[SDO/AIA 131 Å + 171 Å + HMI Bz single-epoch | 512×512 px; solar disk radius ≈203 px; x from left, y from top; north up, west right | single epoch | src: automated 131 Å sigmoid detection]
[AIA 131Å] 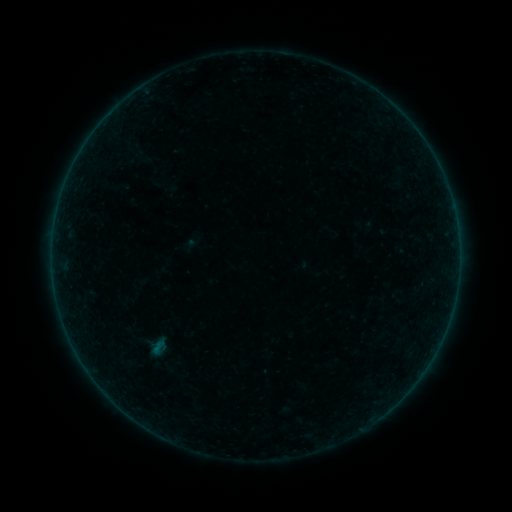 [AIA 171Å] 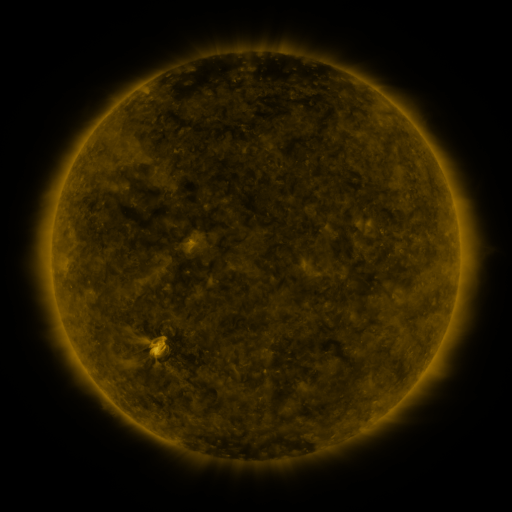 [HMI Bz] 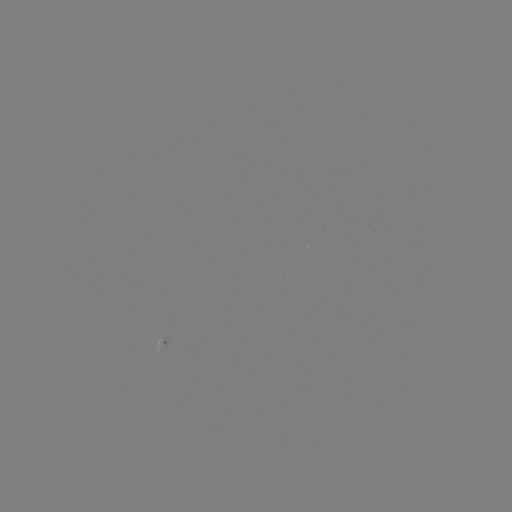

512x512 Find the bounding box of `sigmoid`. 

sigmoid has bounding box [144, 336, 174, 358].